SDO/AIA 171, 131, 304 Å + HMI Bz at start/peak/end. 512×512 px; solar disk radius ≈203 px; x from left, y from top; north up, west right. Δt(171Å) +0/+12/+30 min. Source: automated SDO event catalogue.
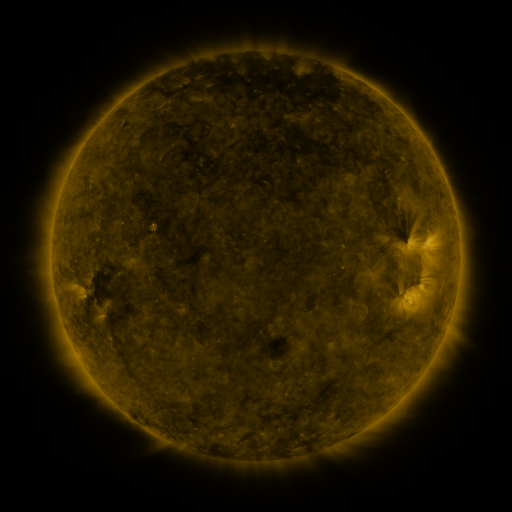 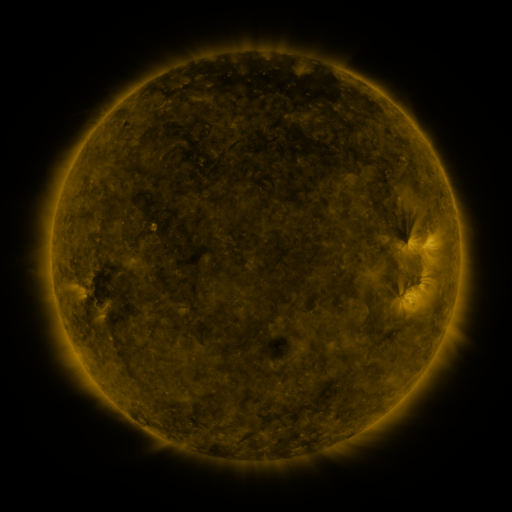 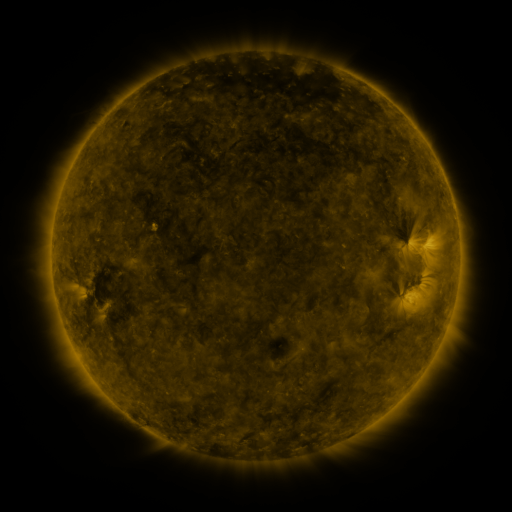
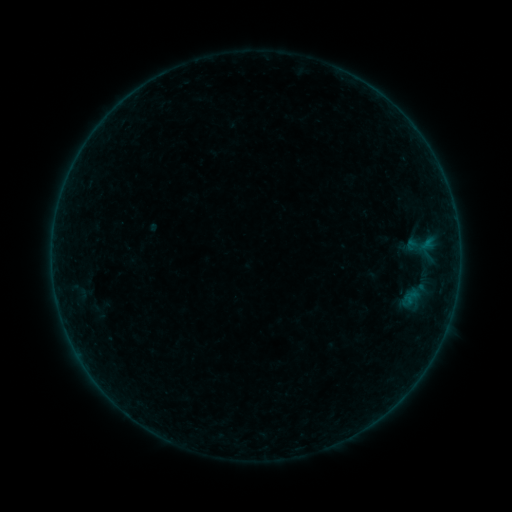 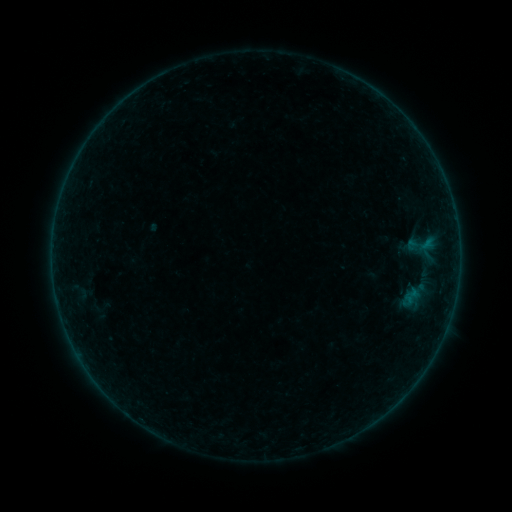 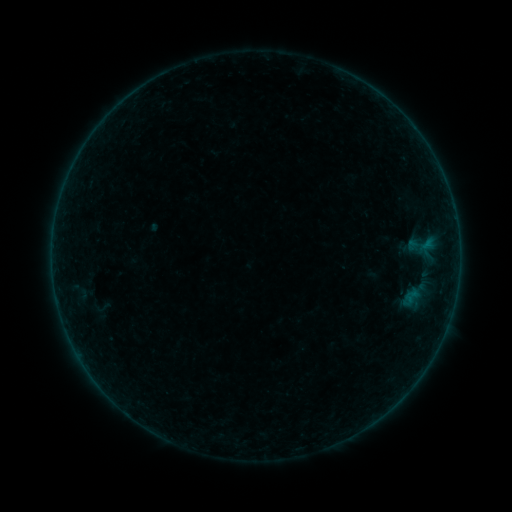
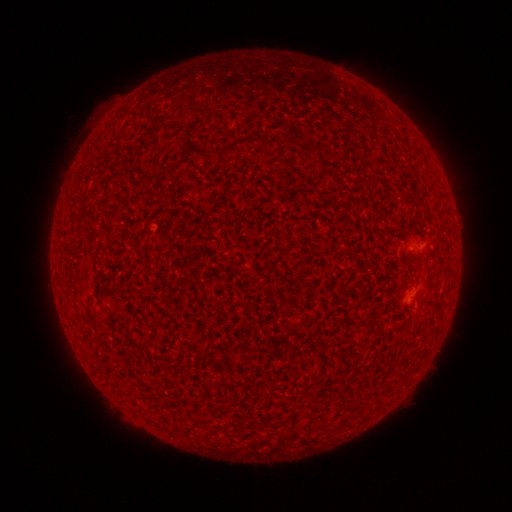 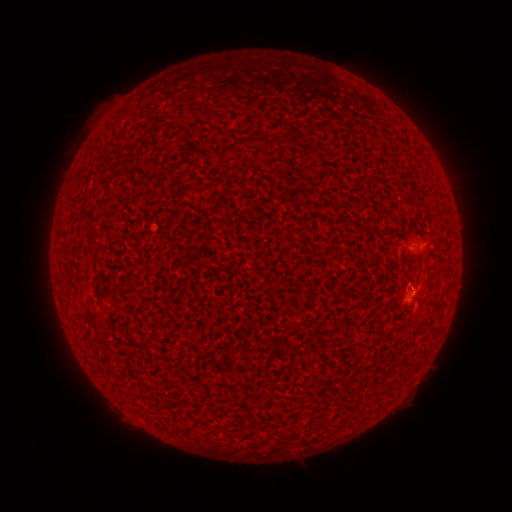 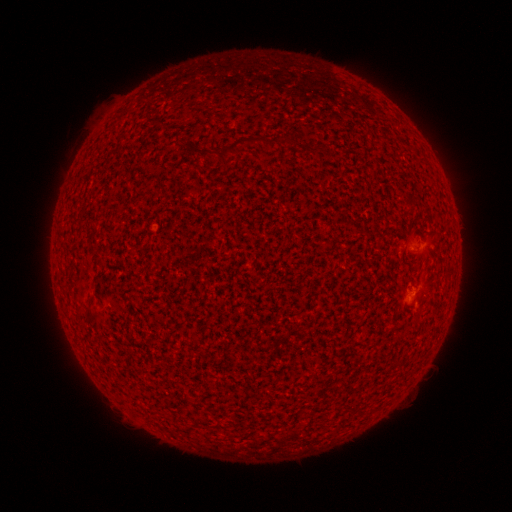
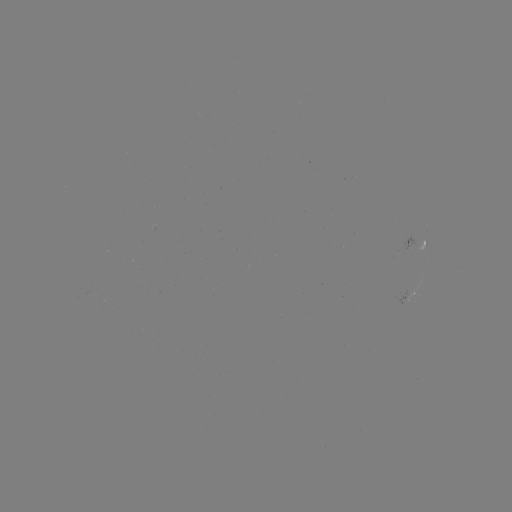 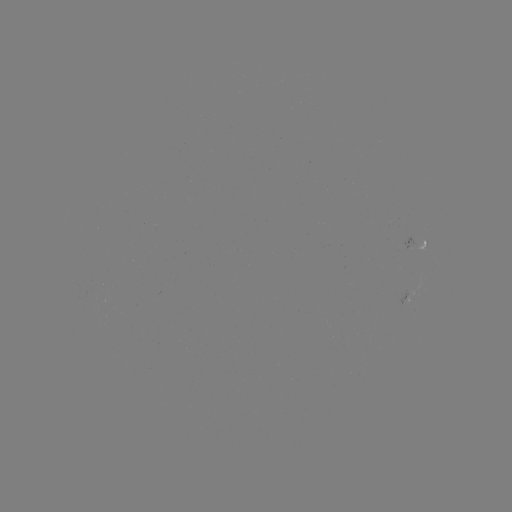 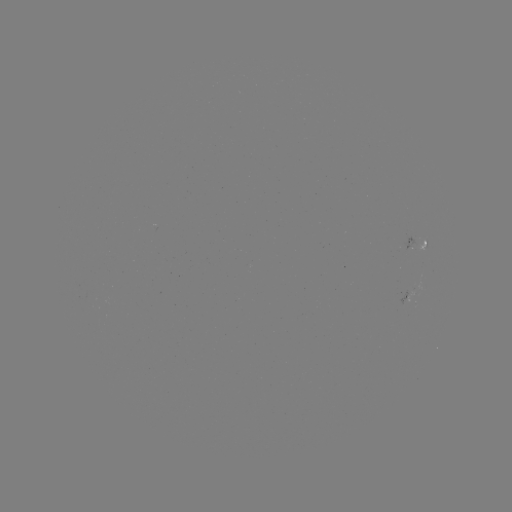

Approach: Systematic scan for A4.7 flare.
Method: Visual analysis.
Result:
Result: A4.7 flare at (413, 289).